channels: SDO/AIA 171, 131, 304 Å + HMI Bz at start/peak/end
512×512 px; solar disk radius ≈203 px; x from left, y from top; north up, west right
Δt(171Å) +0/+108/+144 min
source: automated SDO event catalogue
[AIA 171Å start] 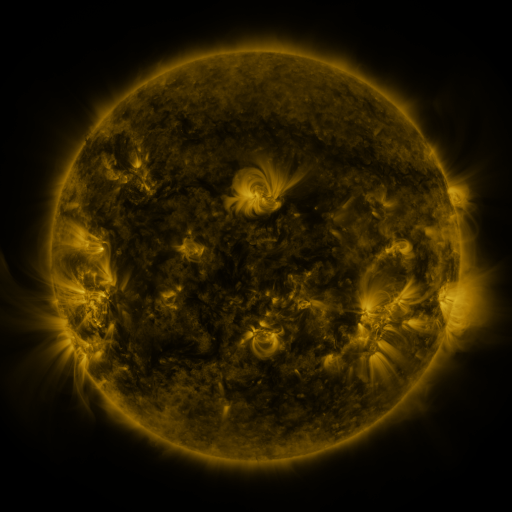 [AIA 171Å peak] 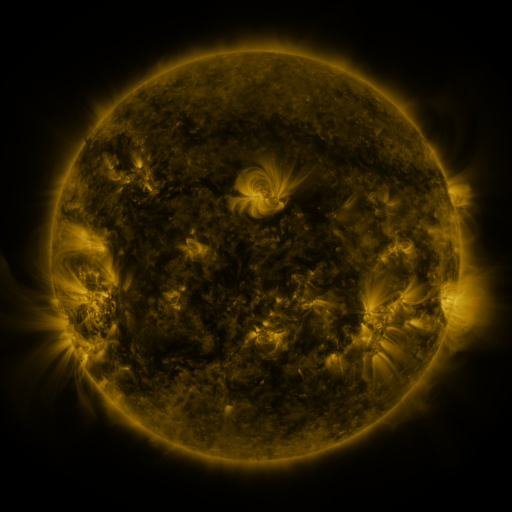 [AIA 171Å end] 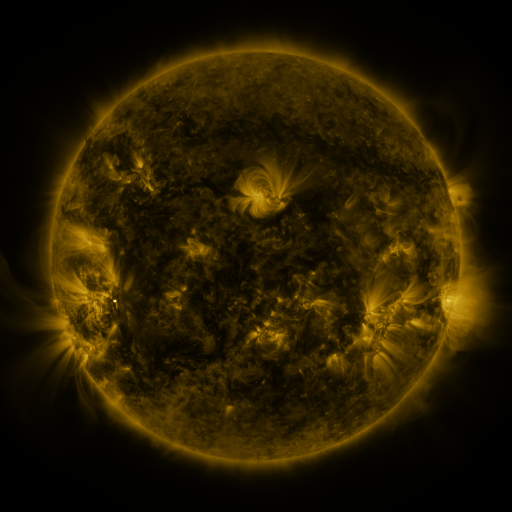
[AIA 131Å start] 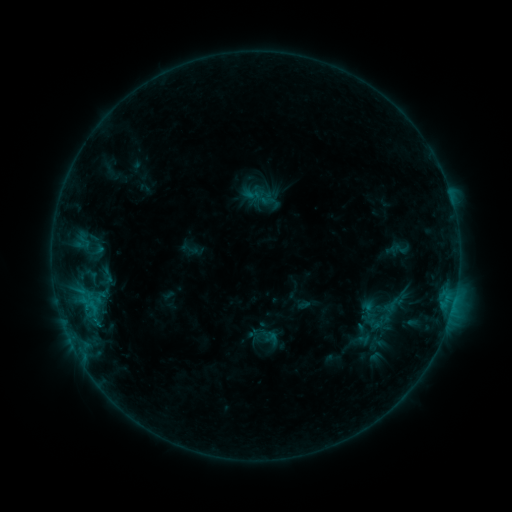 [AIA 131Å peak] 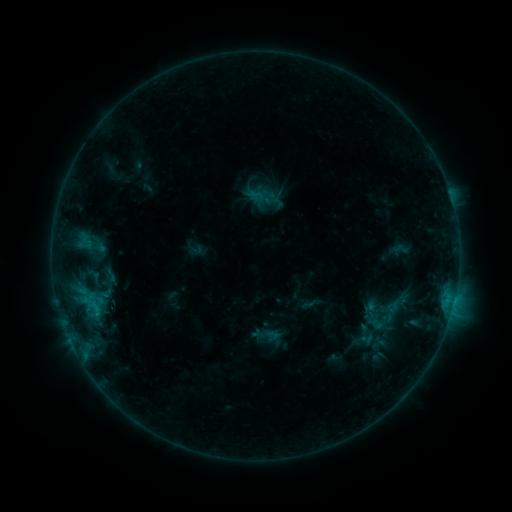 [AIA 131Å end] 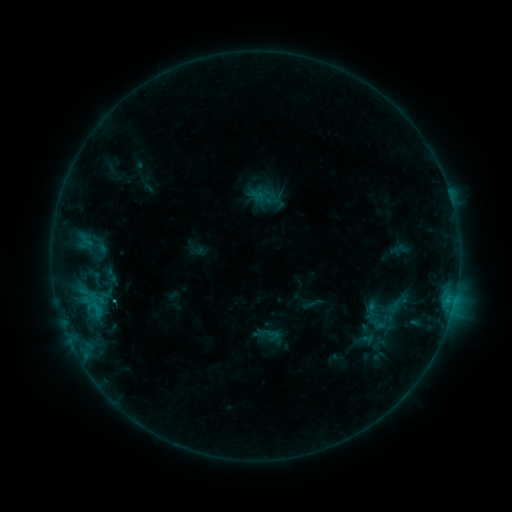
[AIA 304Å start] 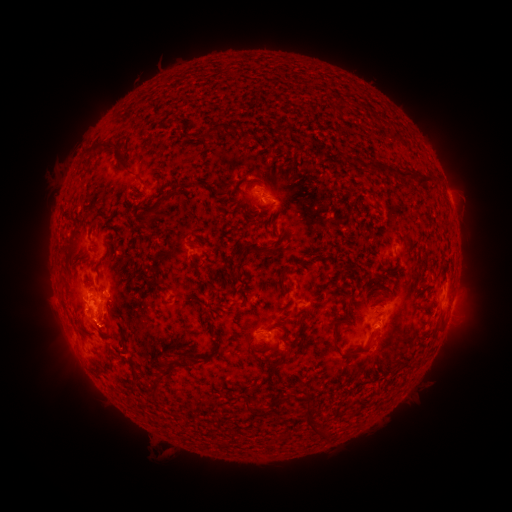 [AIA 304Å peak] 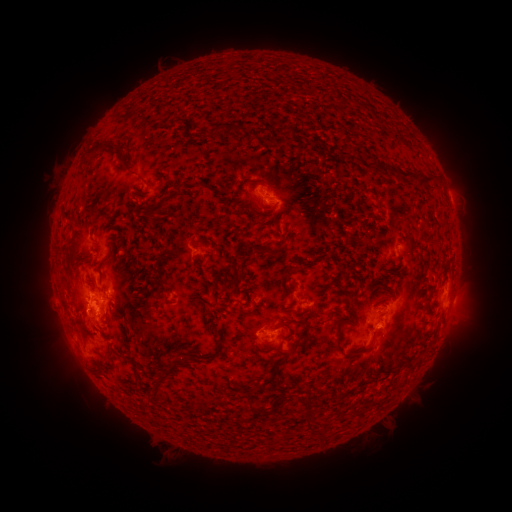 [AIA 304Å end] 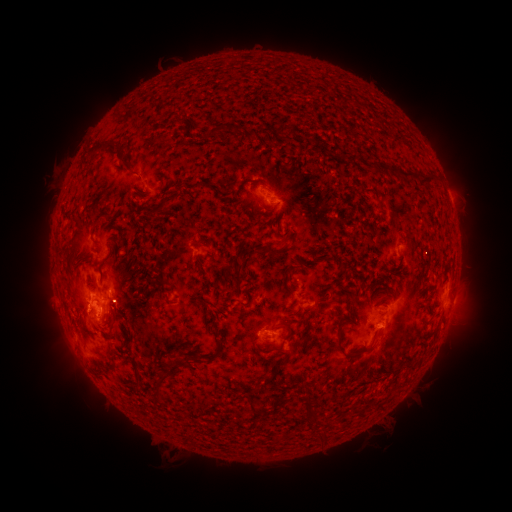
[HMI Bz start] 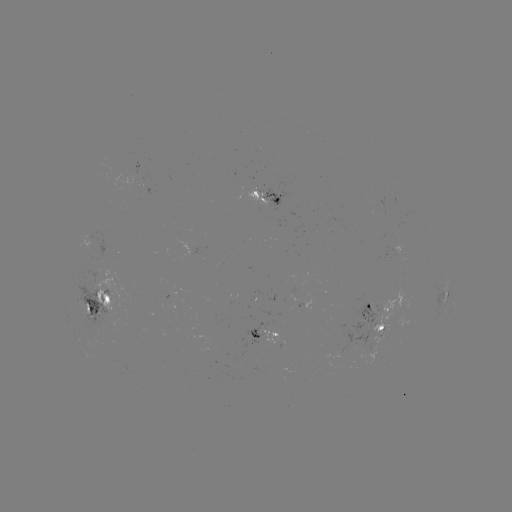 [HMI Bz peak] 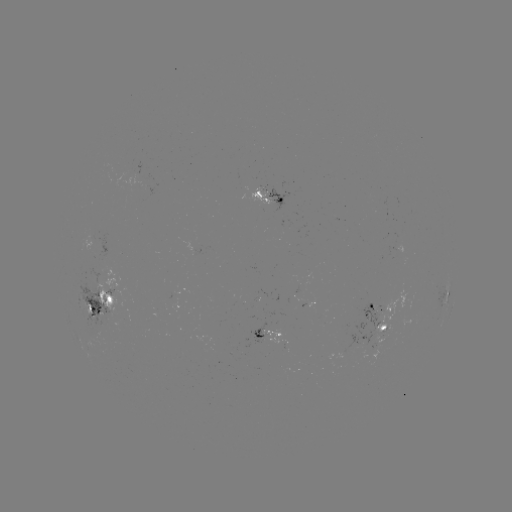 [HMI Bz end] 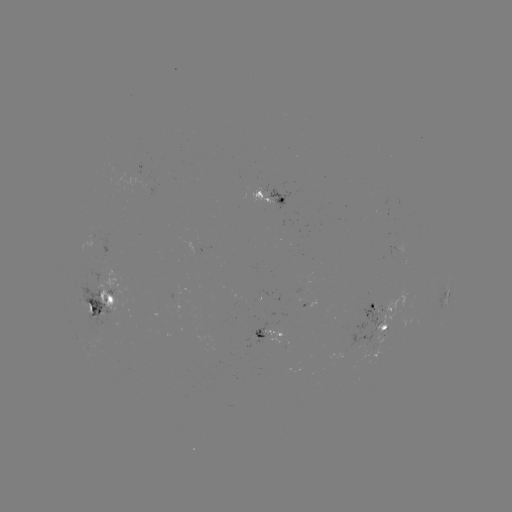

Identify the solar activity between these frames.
emerging-flux region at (270, 335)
